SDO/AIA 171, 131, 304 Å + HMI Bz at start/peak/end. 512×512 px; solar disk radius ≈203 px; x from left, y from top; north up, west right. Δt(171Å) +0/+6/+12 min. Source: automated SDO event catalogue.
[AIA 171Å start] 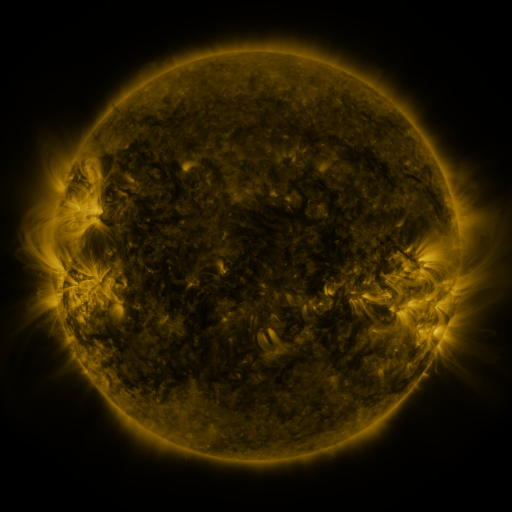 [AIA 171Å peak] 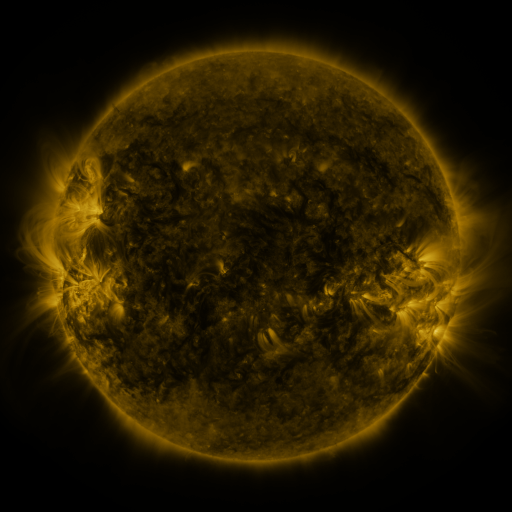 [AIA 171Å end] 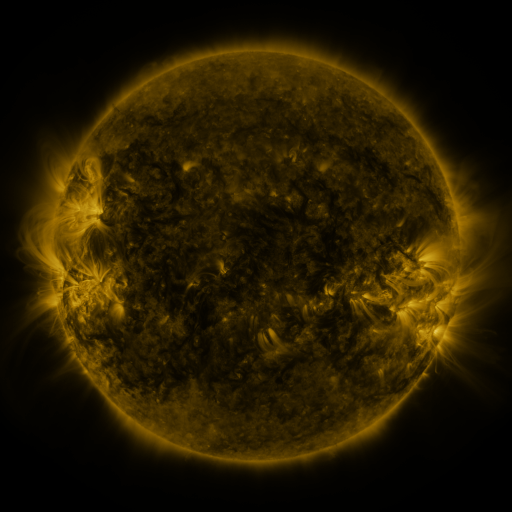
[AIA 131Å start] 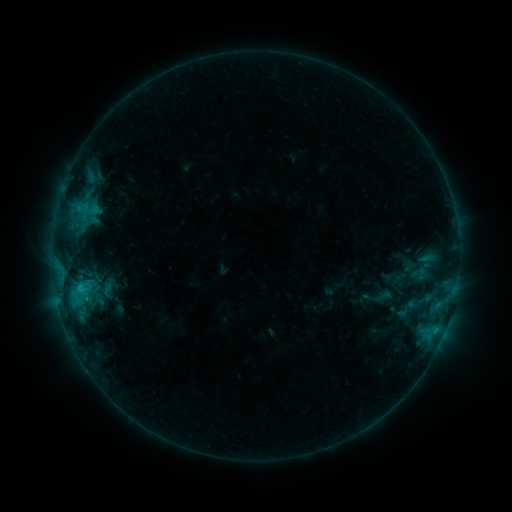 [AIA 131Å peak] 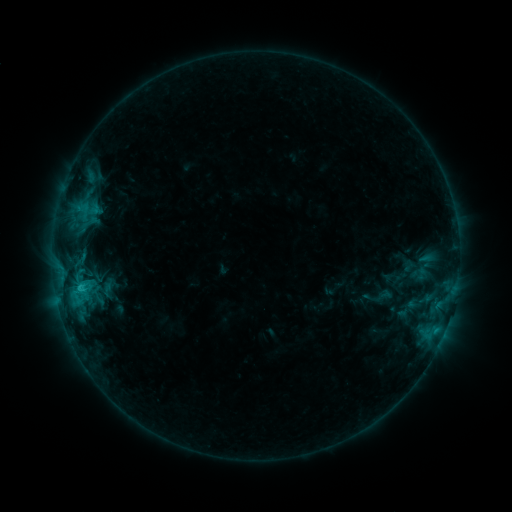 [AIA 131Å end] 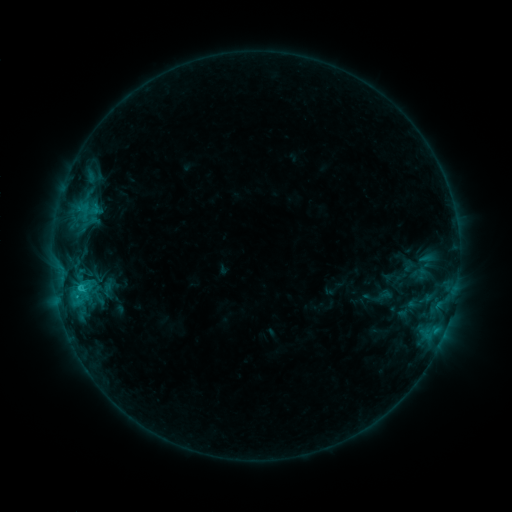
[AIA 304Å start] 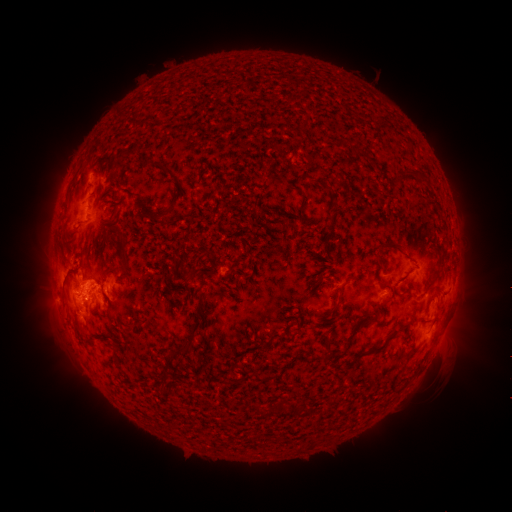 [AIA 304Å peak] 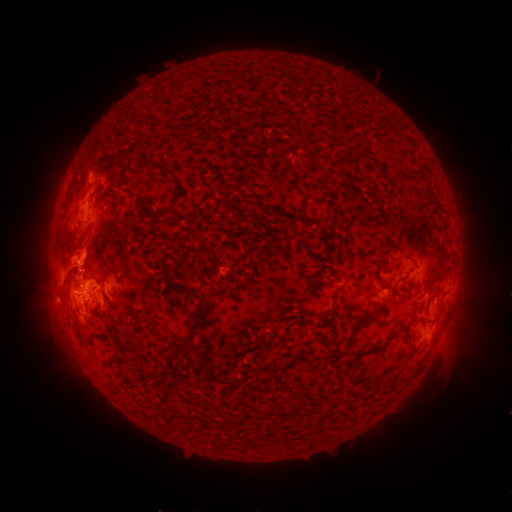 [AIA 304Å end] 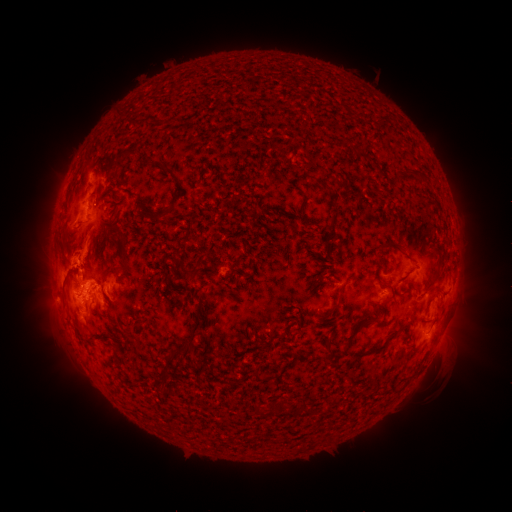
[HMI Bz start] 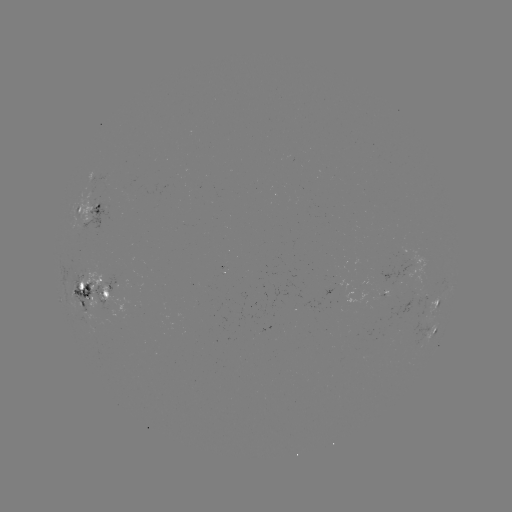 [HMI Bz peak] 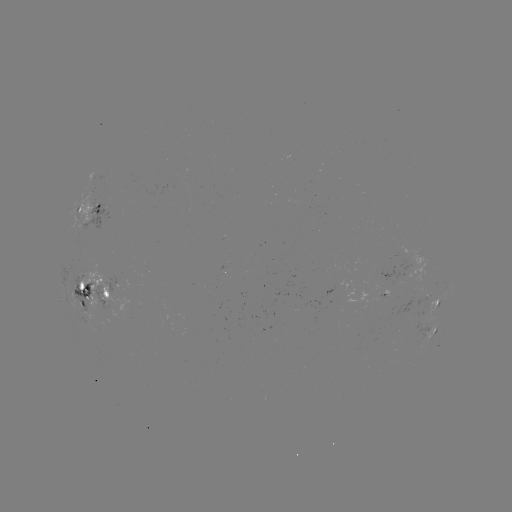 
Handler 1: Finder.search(eruption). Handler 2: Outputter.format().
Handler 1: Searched eruption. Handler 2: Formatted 46,256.